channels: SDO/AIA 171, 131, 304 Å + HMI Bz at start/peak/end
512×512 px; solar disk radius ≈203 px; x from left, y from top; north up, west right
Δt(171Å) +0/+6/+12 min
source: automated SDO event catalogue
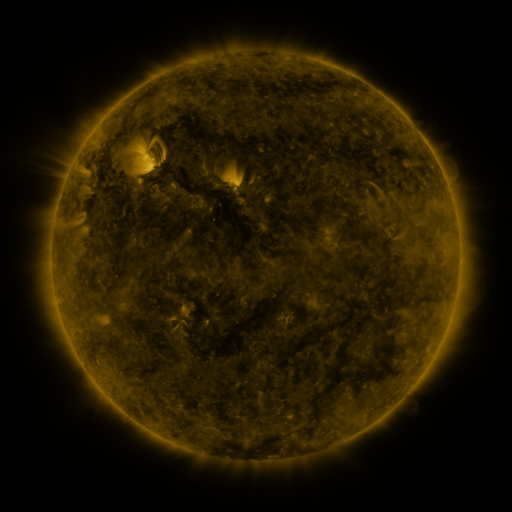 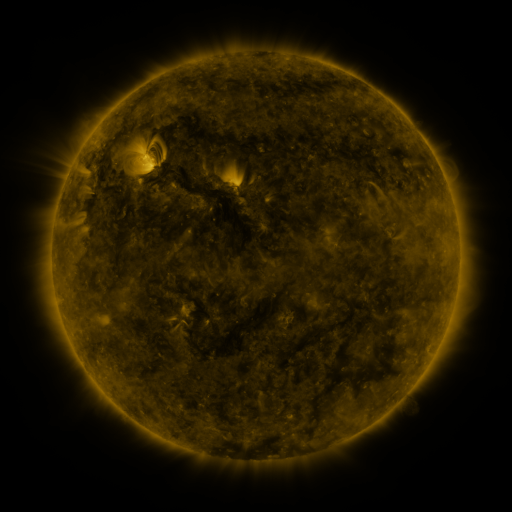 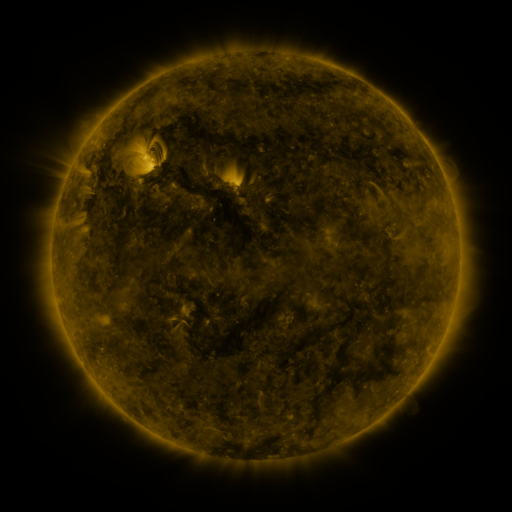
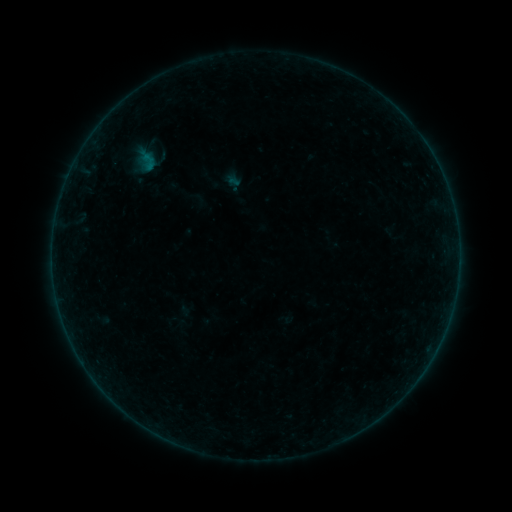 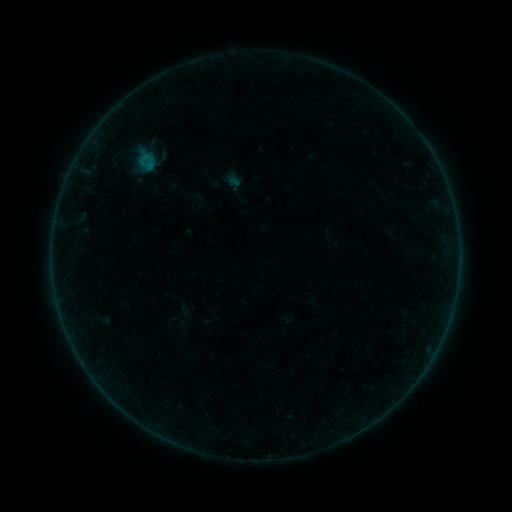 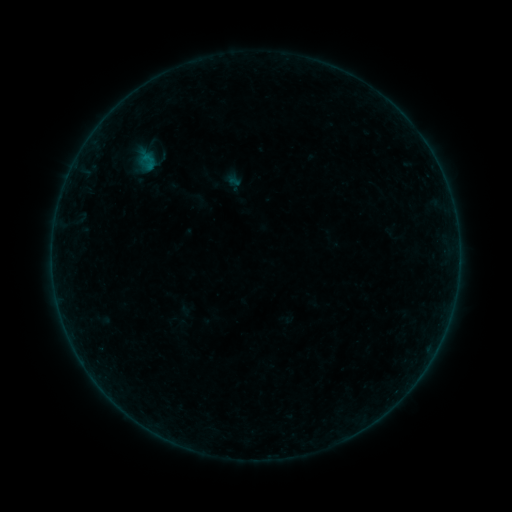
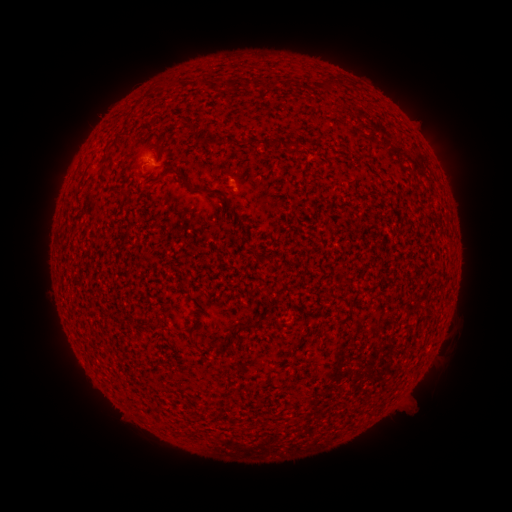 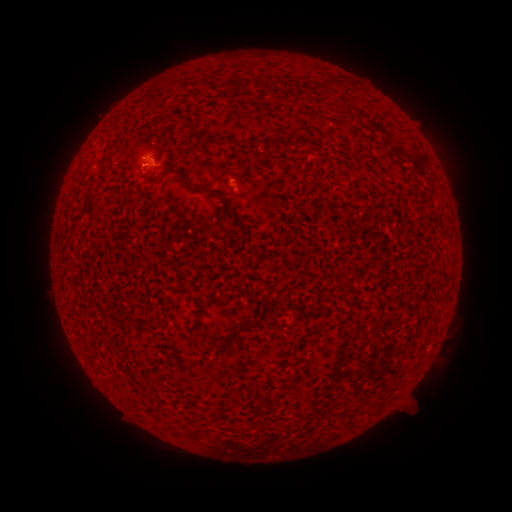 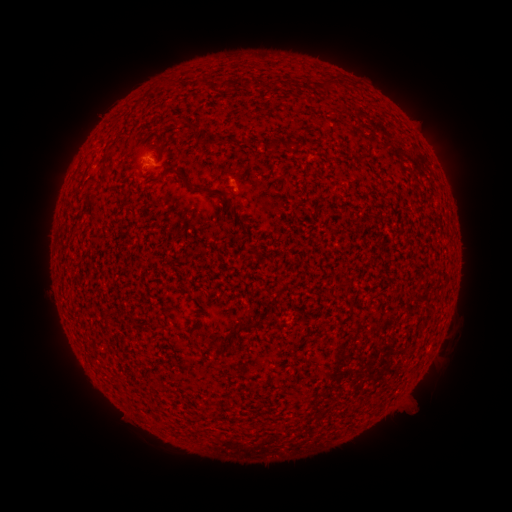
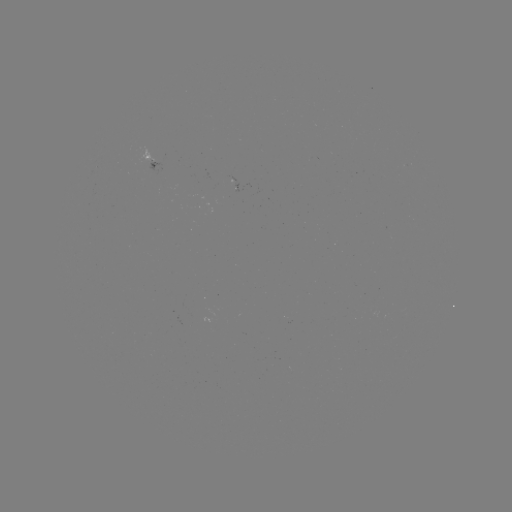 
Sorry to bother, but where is B1.2 flare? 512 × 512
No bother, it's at (144, 157).